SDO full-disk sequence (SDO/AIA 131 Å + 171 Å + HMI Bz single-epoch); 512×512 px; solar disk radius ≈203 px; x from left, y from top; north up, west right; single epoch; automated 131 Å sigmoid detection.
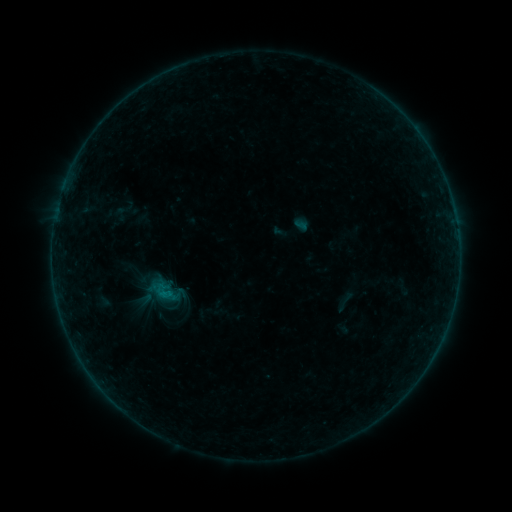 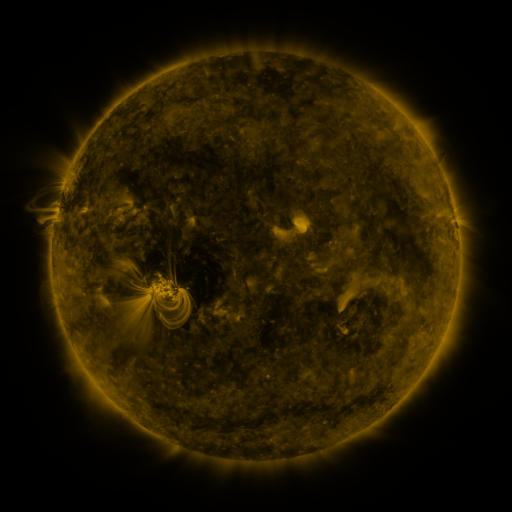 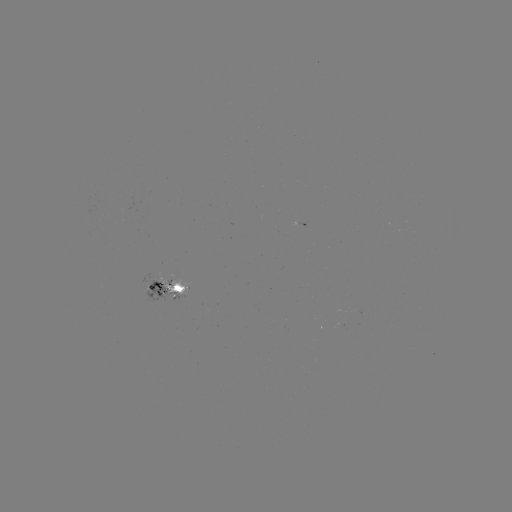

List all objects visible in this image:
sigmoid: [146, 273, 183, 308]
